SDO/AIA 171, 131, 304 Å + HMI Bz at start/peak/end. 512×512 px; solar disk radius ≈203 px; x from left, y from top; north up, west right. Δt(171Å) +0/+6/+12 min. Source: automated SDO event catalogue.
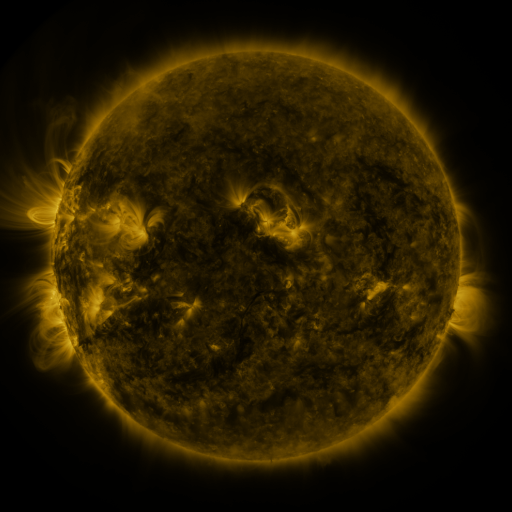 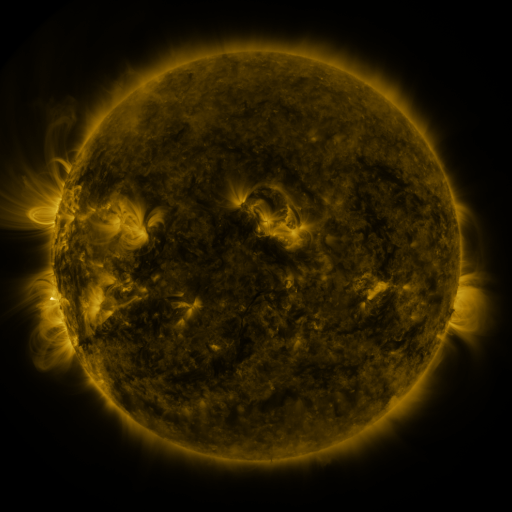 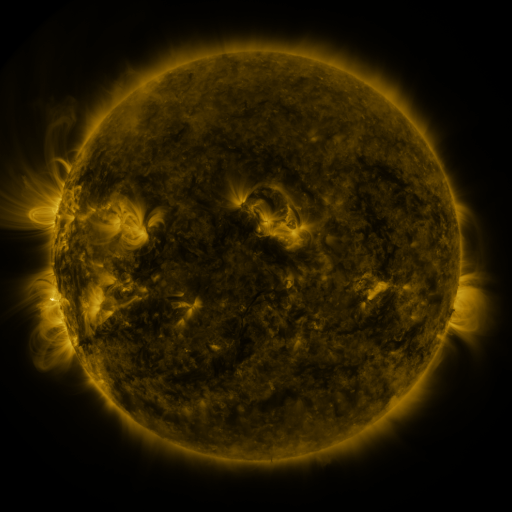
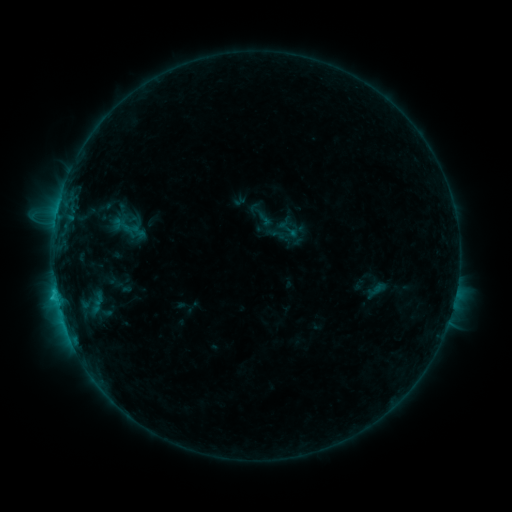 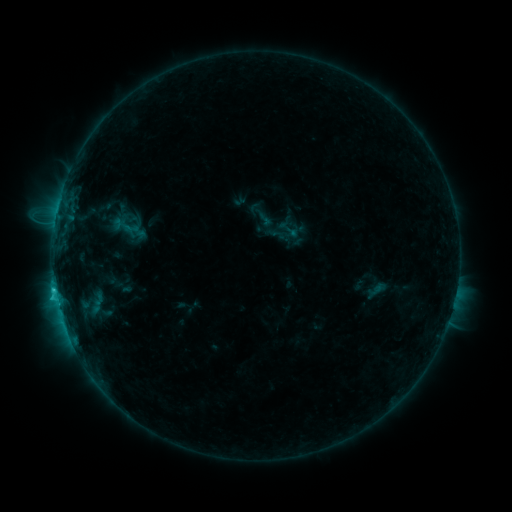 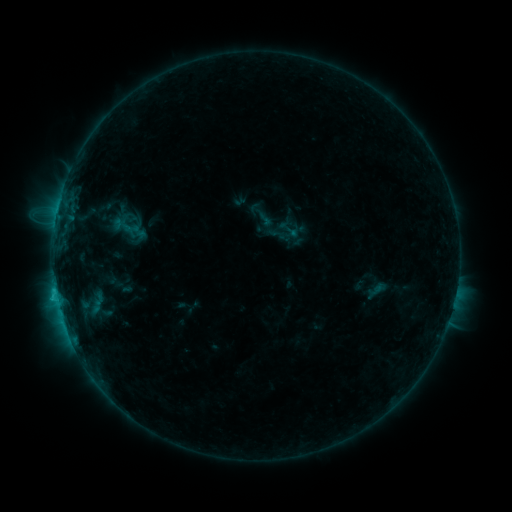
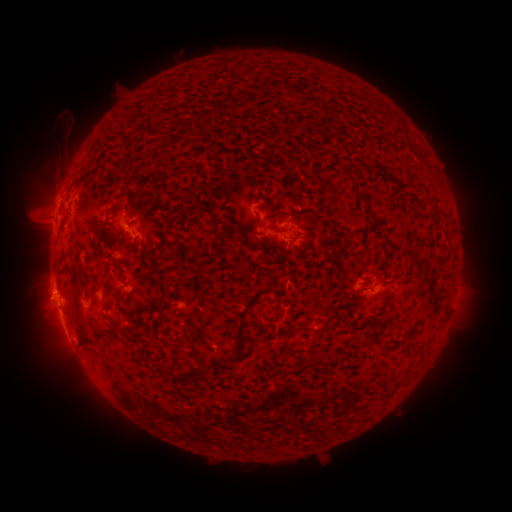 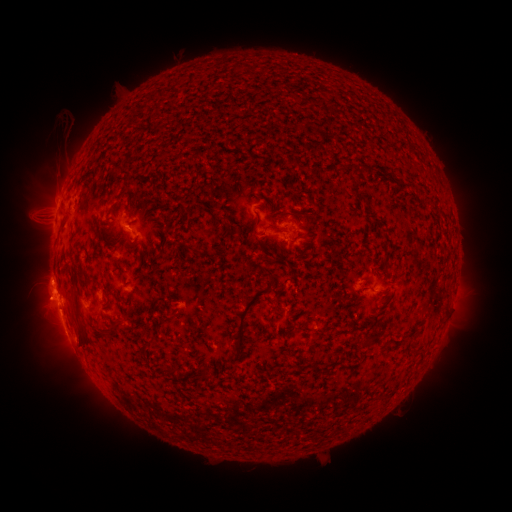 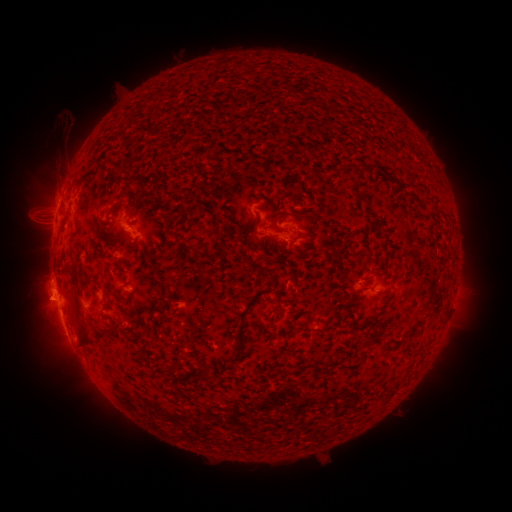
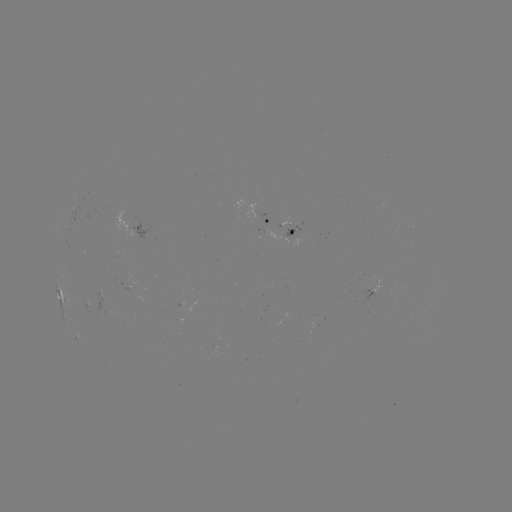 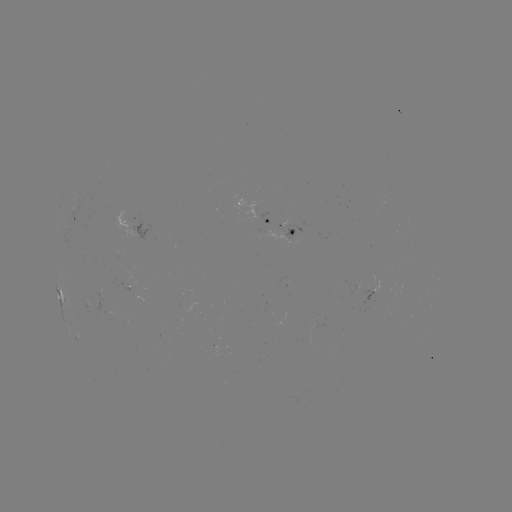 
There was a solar flare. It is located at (55, 287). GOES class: C1.5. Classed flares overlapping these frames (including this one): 1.